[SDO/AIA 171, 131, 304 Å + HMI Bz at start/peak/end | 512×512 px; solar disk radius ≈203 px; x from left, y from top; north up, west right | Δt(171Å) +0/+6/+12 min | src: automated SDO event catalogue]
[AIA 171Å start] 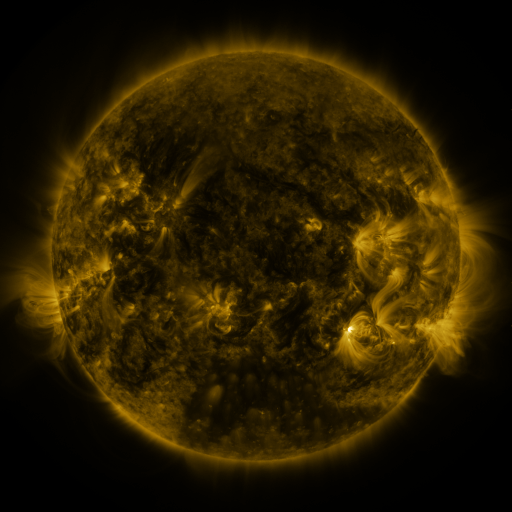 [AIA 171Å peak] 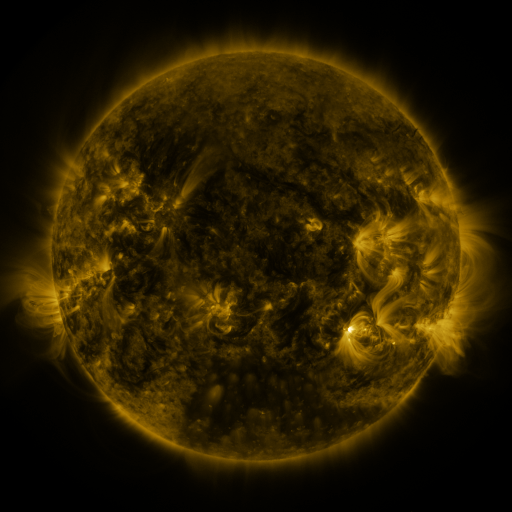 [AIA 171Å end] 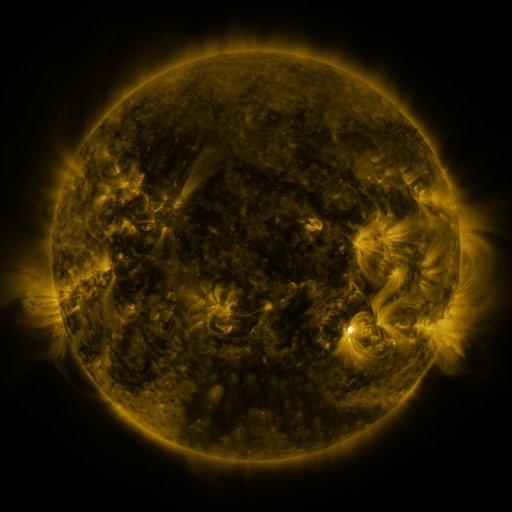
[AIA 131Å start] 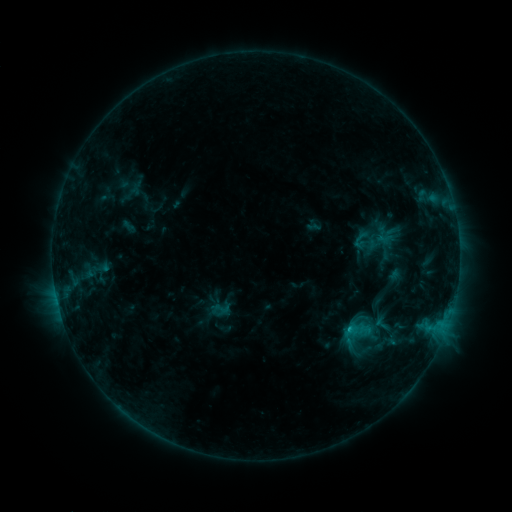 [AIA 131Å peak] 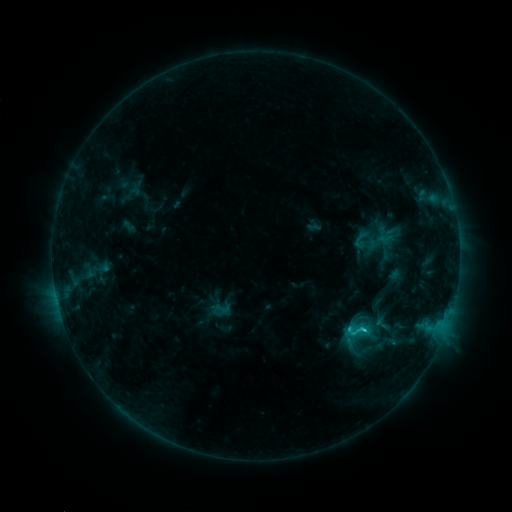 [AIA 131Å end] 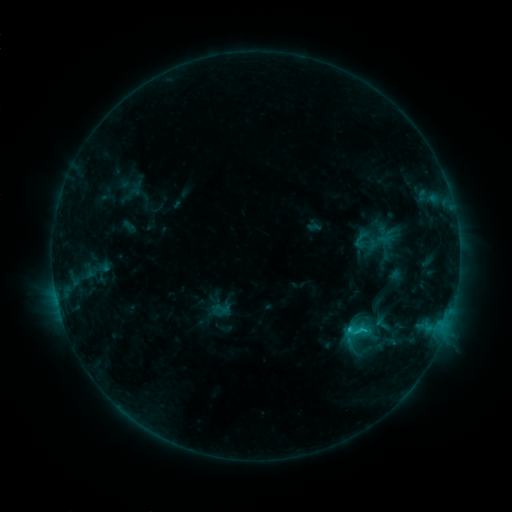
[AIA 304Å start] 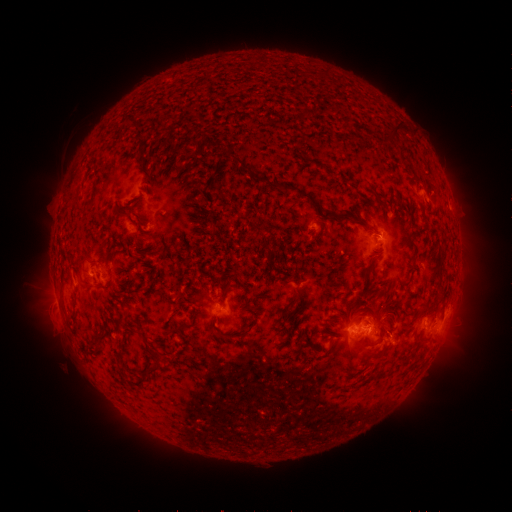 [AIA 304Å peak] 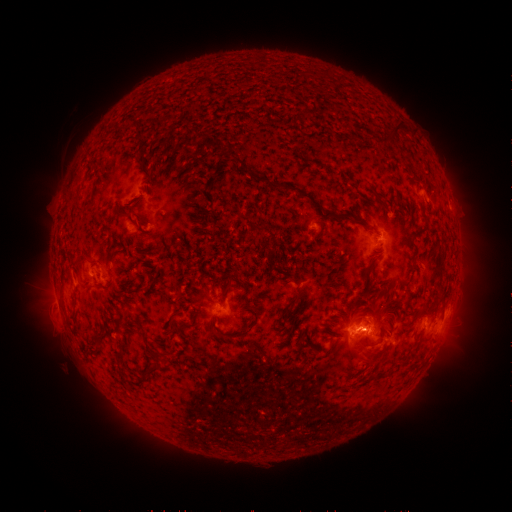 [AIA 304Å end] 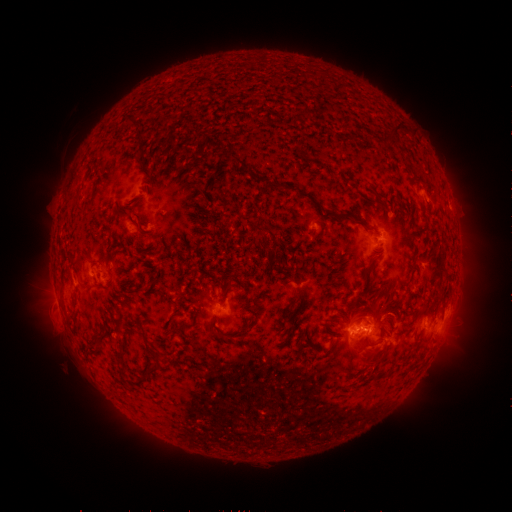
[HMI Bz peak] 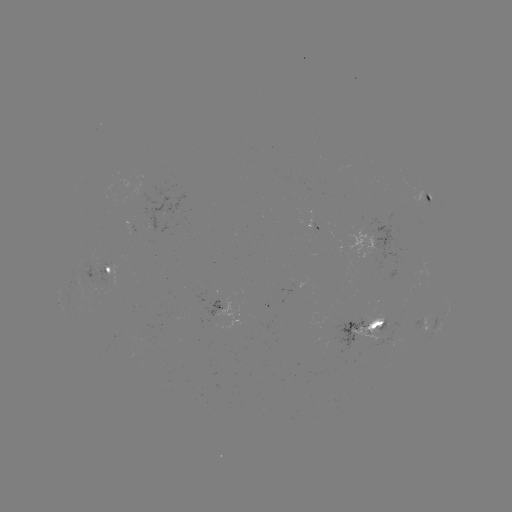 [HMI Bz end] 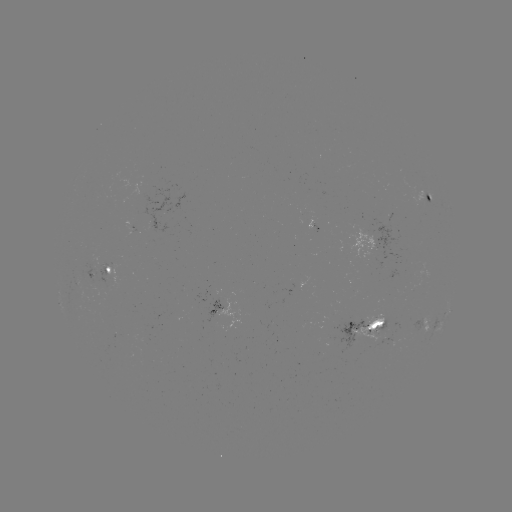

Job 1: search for C1.1 flare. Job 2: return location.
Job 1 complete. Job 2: [363, 326].